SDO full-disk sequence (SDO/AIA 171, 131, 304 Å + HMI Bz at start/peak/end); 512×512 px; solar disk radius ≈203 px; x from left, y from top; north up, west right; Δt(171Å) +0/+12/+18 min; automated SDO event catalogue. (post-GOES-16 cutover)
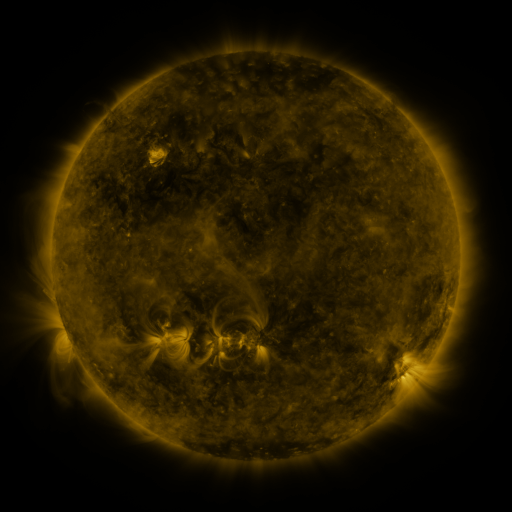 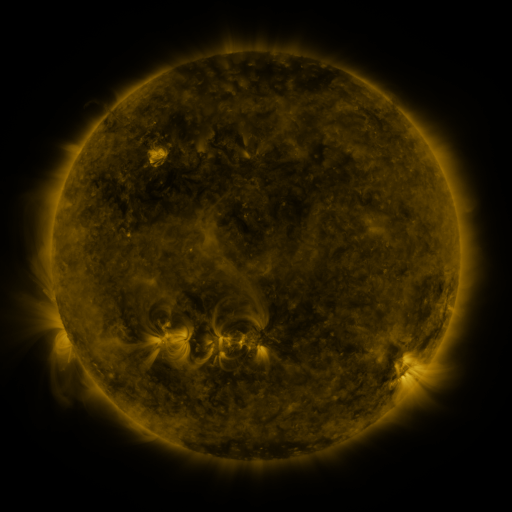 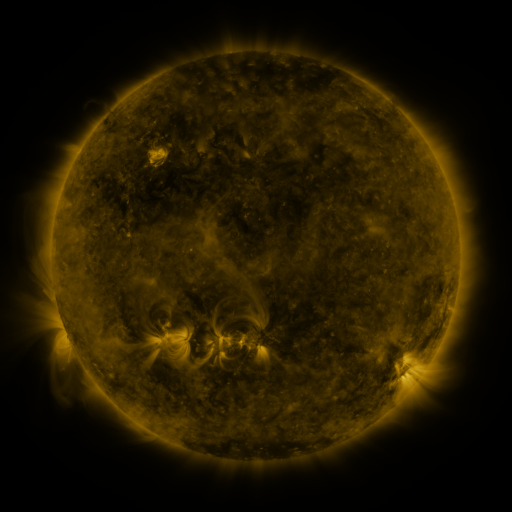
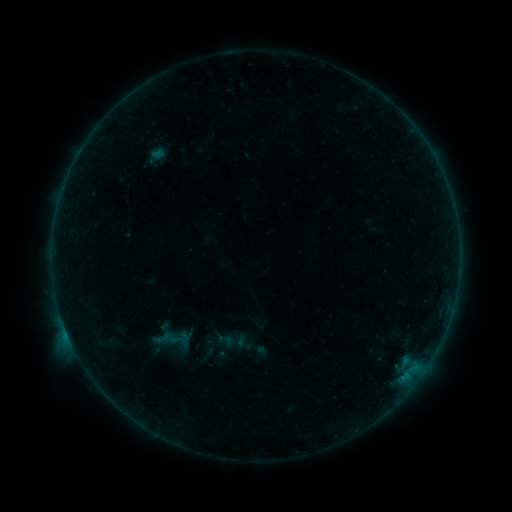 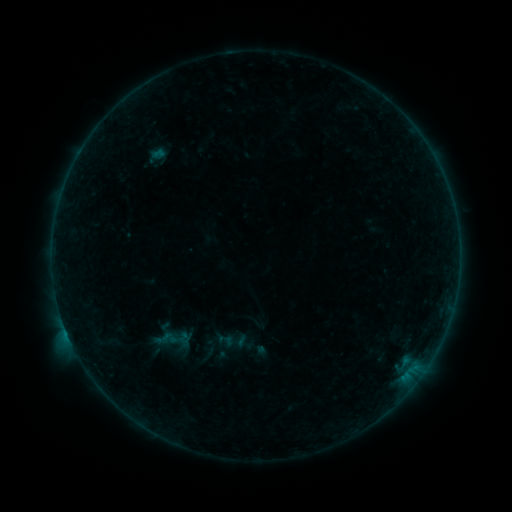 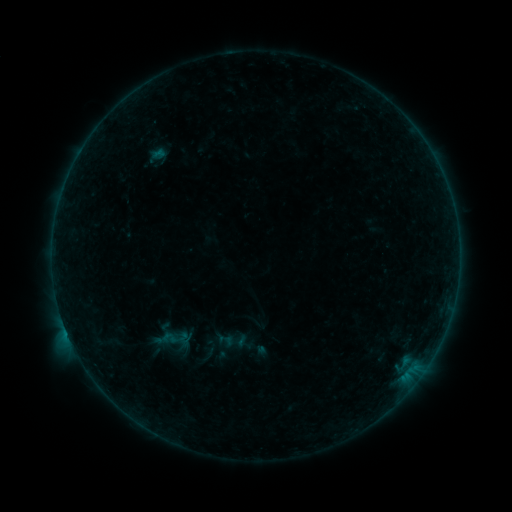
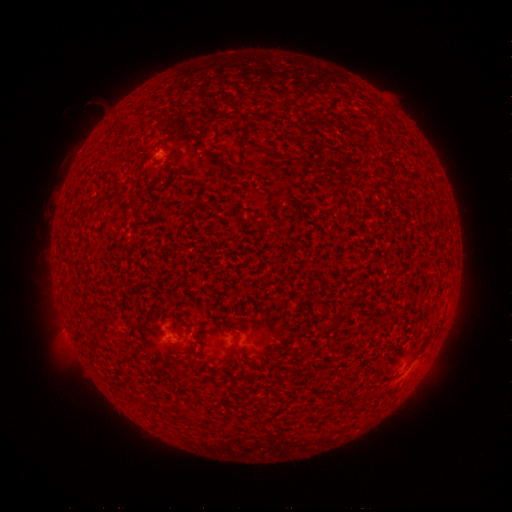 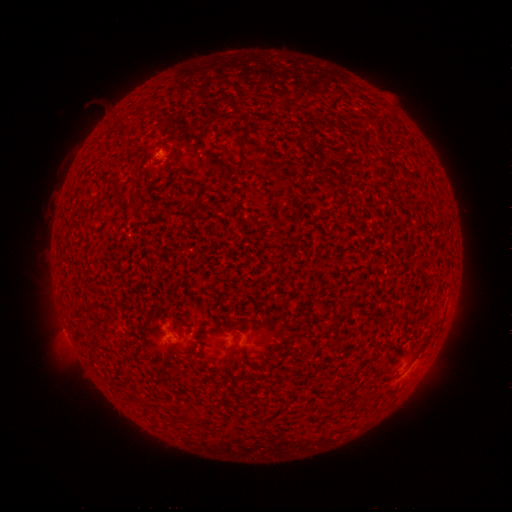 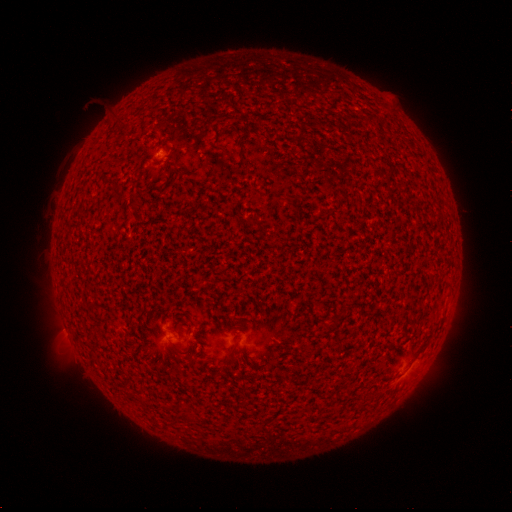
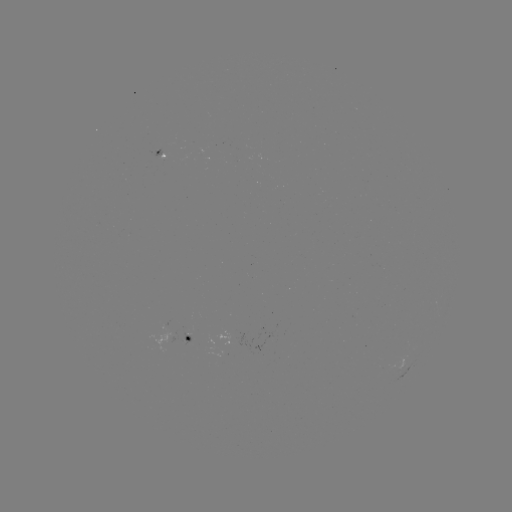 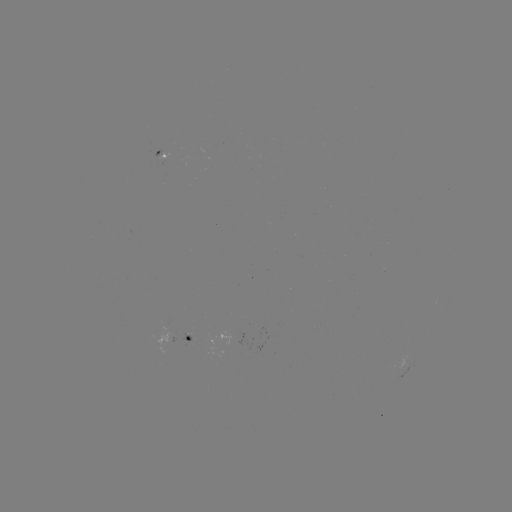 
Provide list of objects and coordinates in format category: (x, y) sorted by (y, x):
B3.9 flare: (67, 332)
